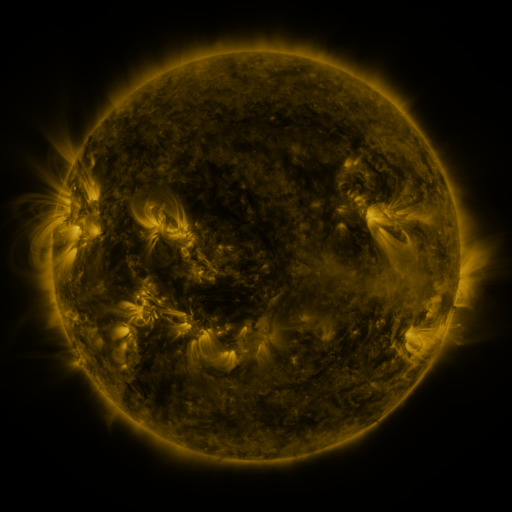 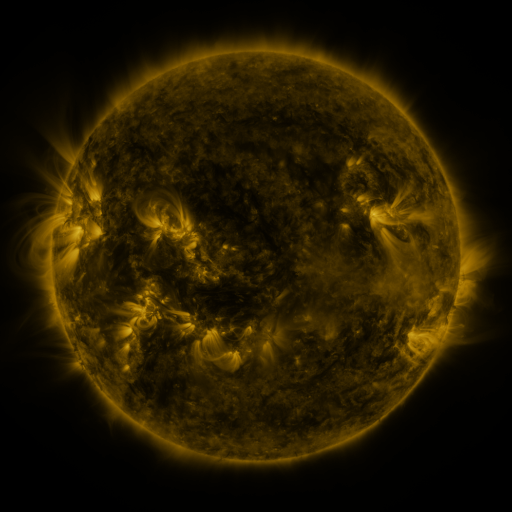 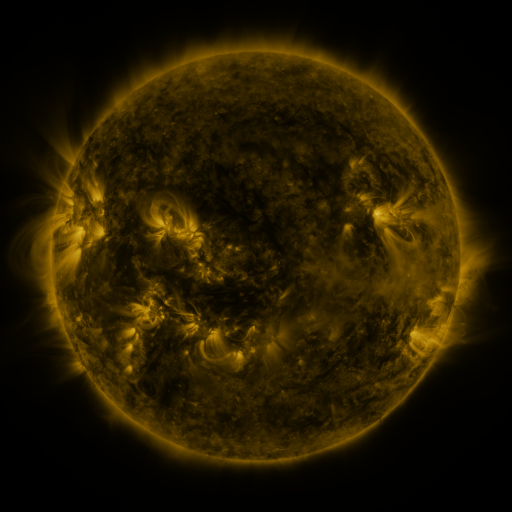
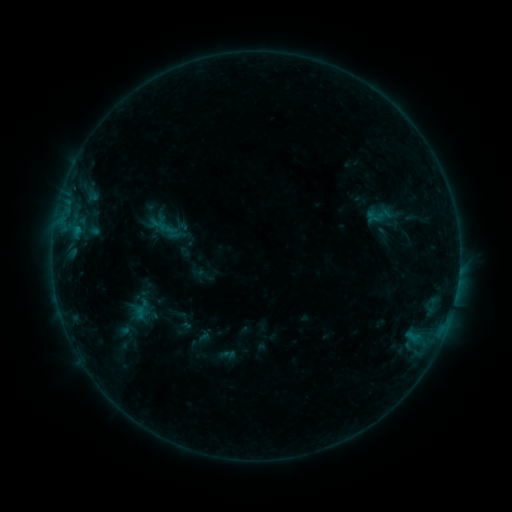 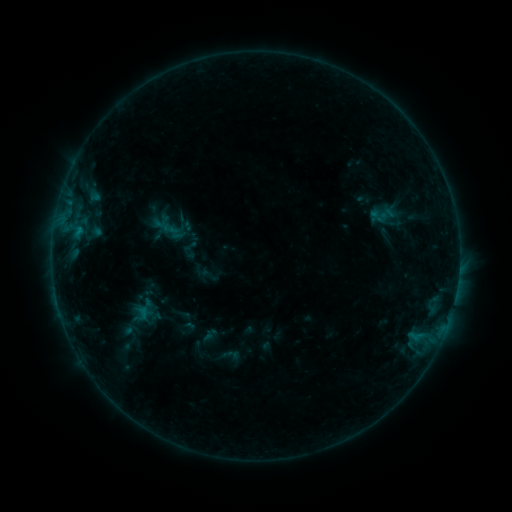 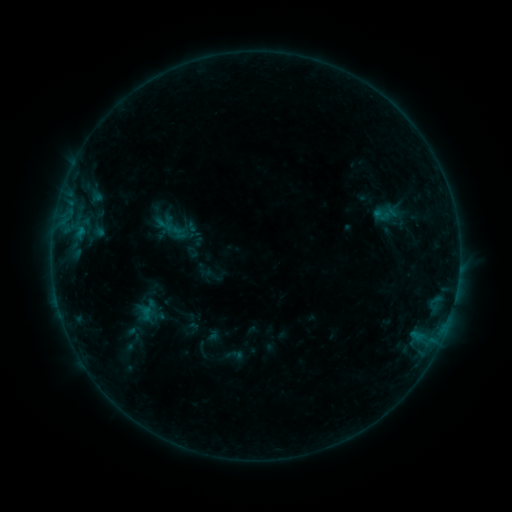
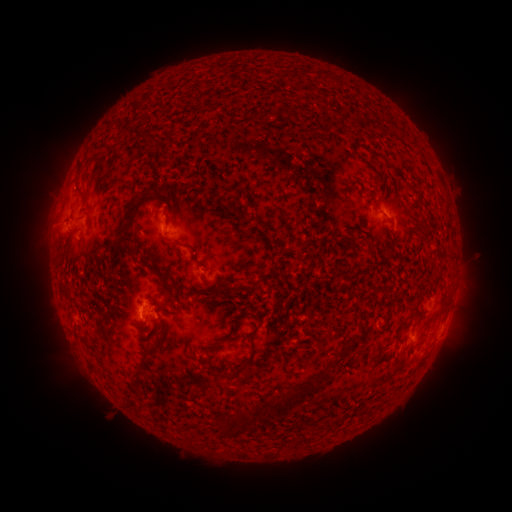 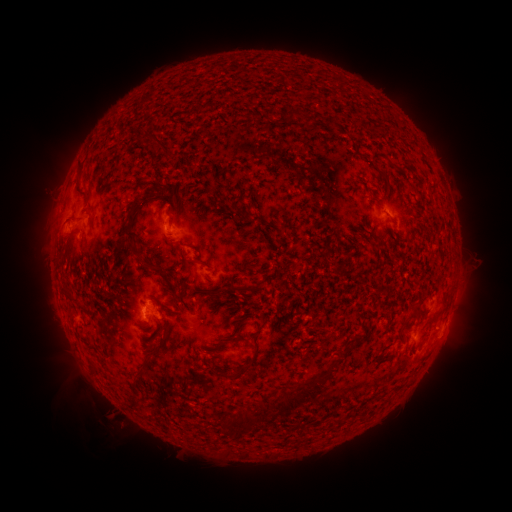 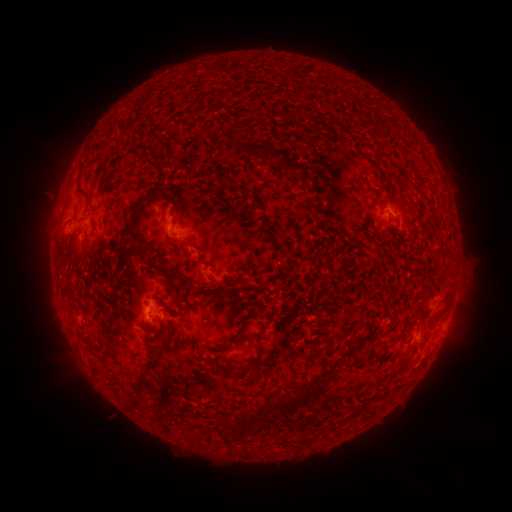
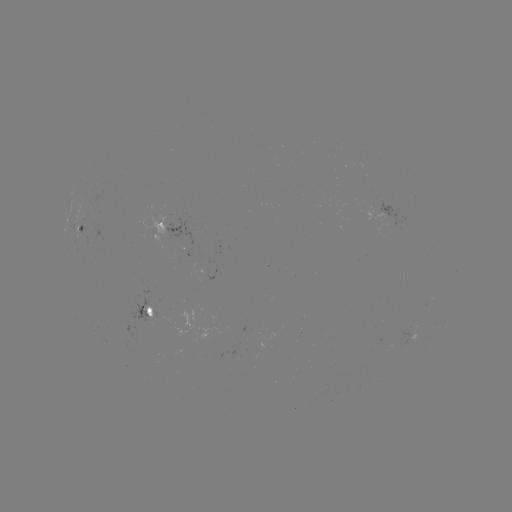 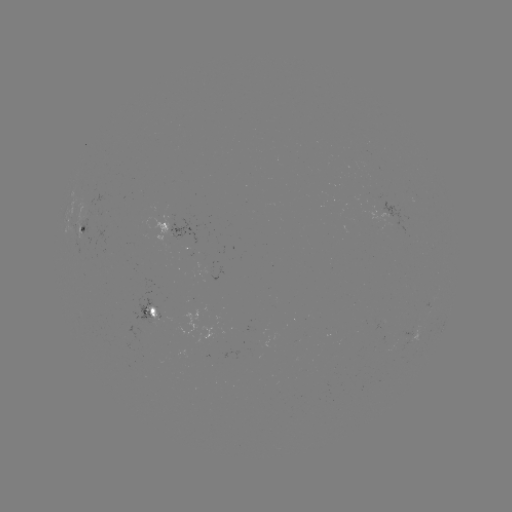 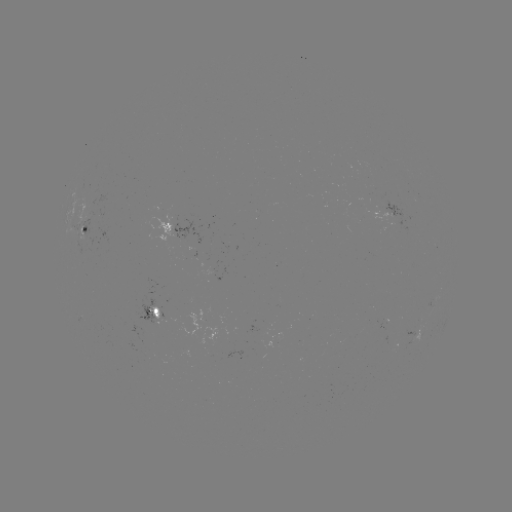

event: filament eruption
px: (82, 437)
